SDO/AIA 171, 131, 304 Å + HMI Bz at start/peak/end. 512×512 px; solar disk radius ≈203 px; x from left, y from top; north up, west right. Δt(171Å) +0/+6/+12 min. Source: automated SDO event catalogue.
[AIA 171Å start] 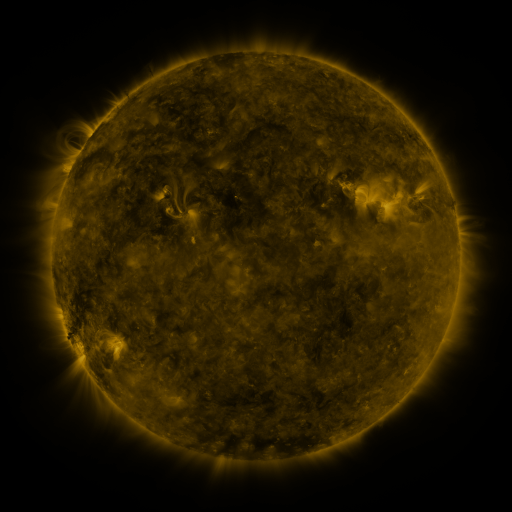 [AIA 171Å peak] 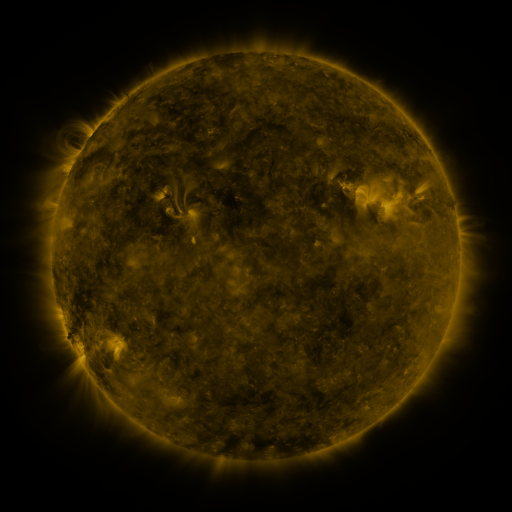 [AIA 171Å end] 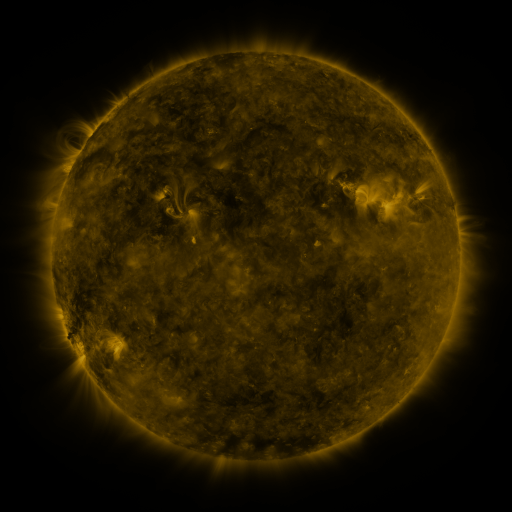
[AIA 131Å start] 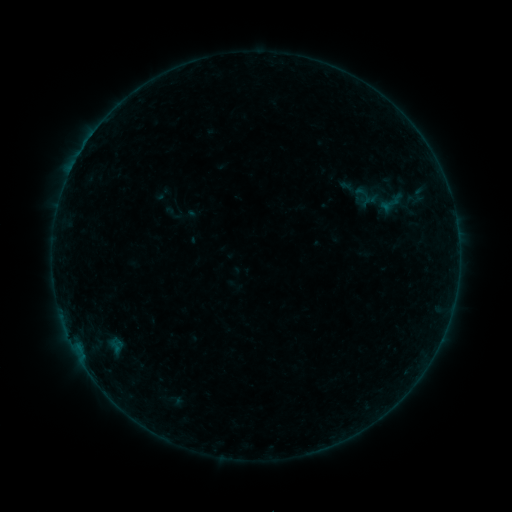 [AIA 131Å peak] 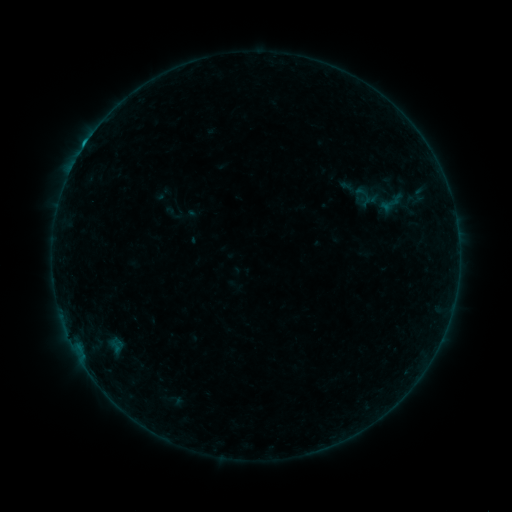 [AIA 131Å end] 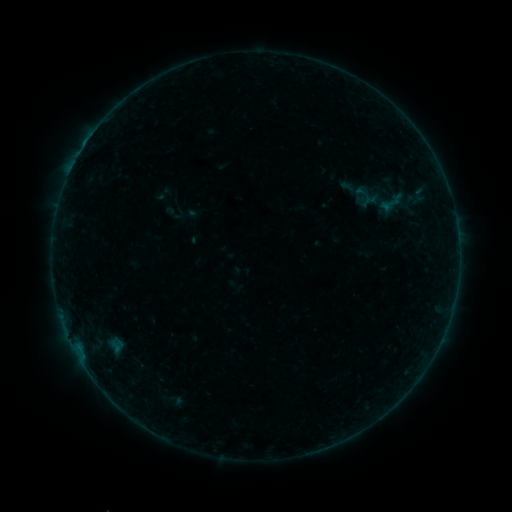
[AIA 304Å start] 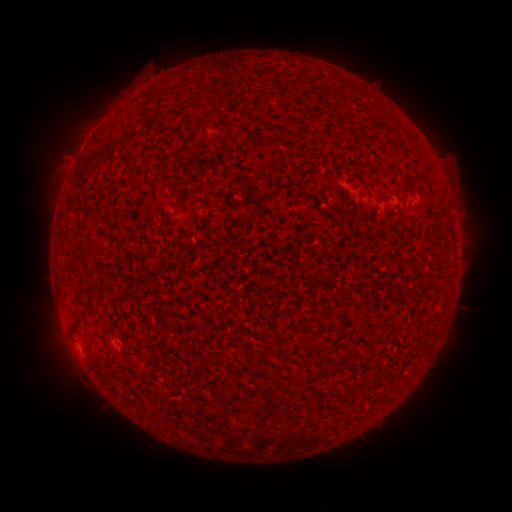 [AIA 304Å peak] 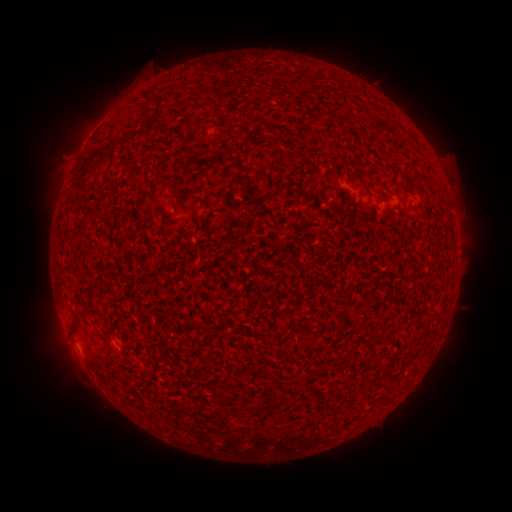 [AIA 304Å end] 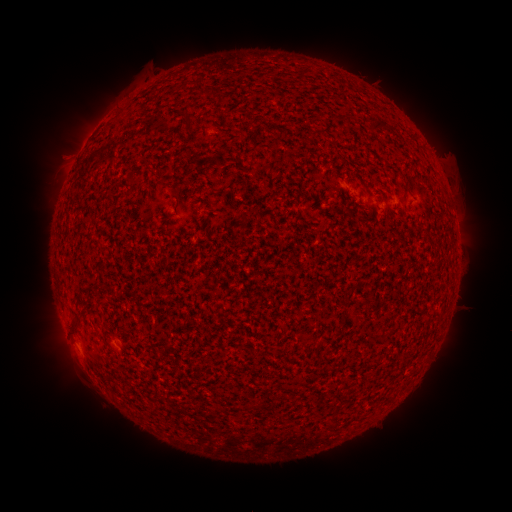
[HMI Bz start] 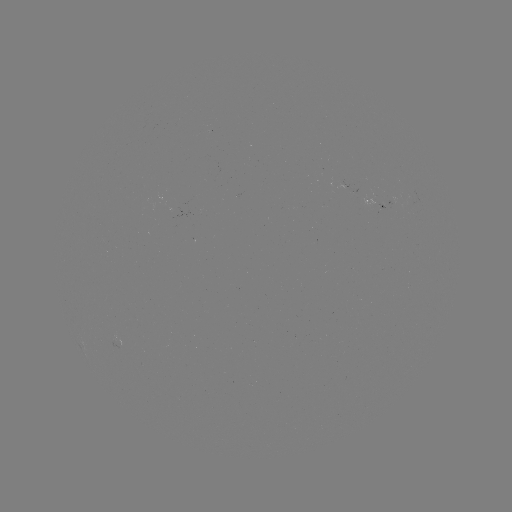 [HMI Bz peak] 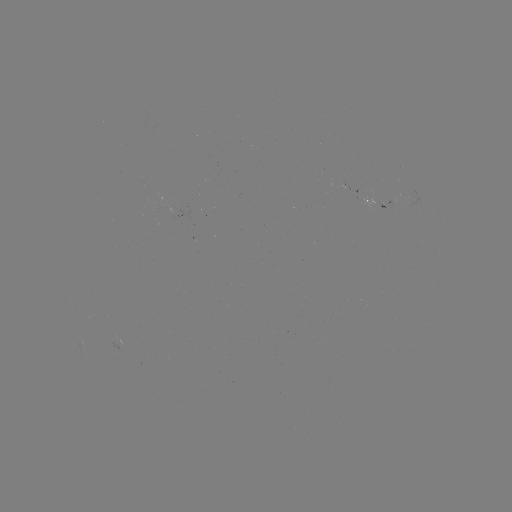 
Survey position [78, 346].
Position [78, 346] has B4.3 flare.